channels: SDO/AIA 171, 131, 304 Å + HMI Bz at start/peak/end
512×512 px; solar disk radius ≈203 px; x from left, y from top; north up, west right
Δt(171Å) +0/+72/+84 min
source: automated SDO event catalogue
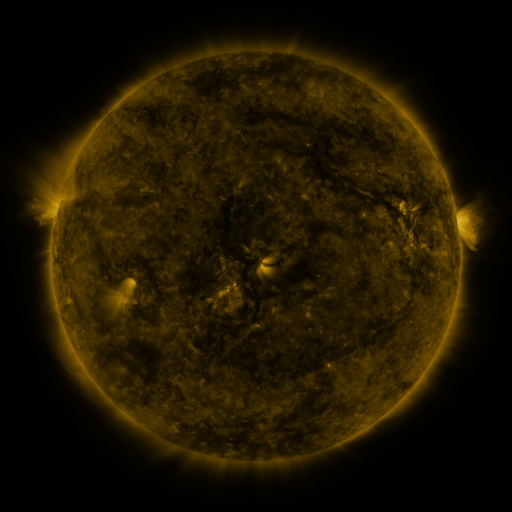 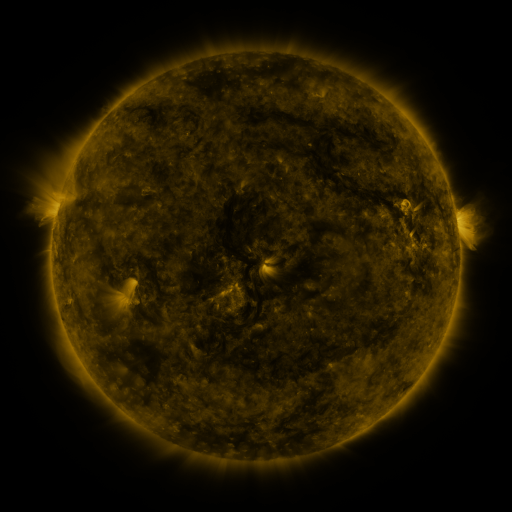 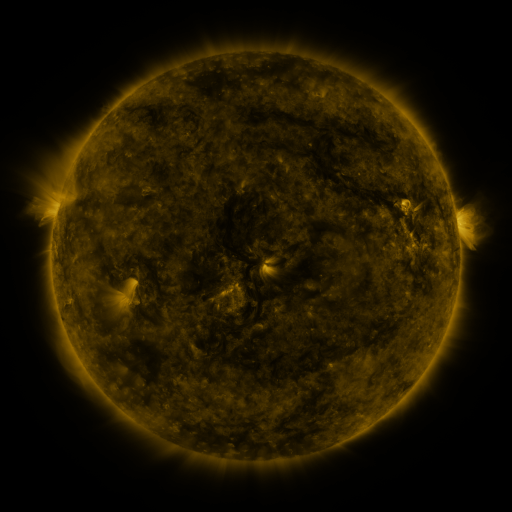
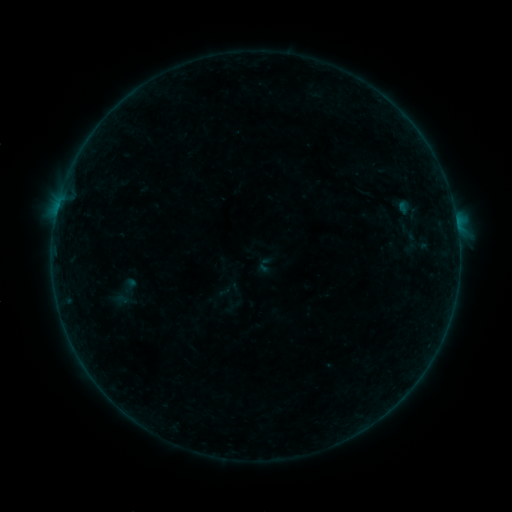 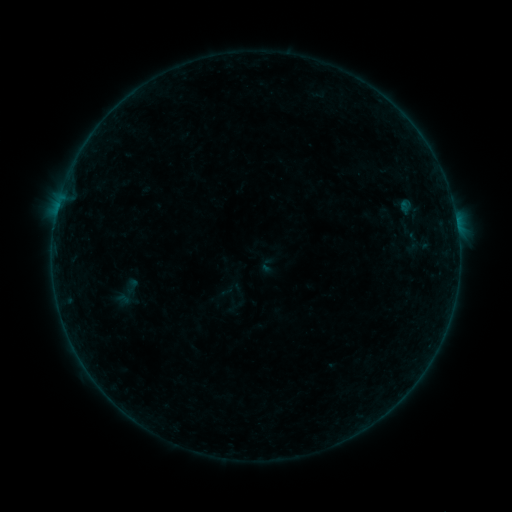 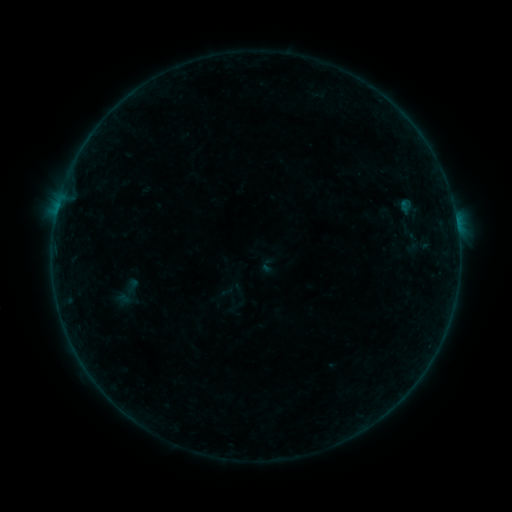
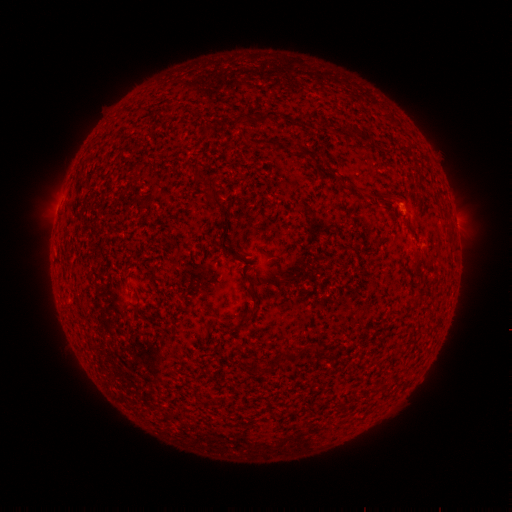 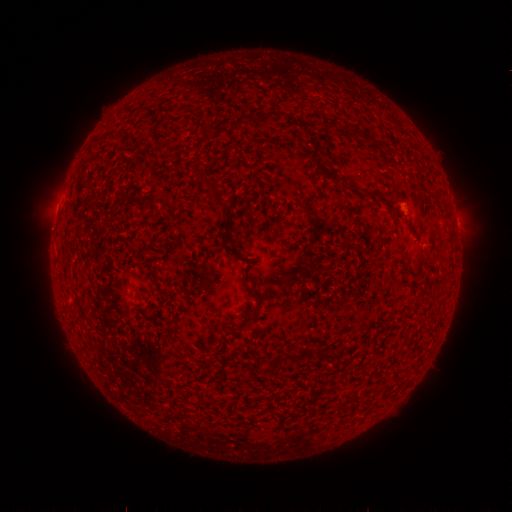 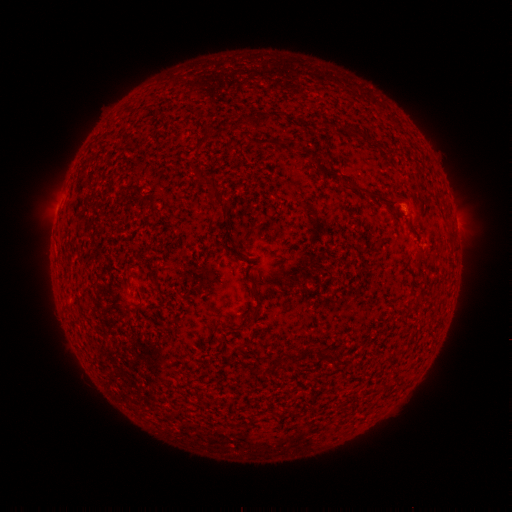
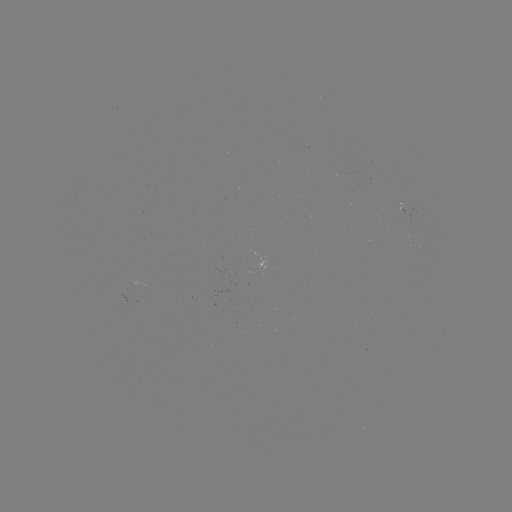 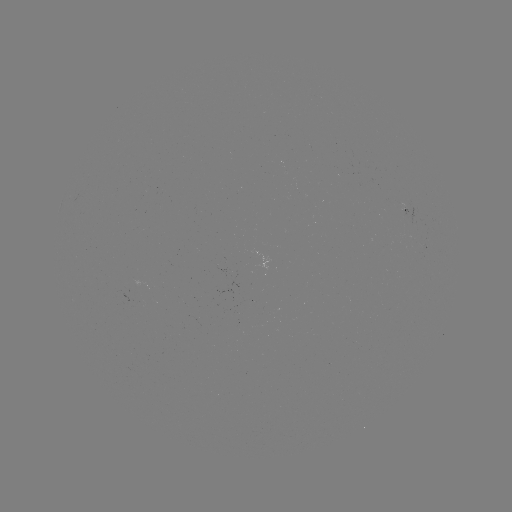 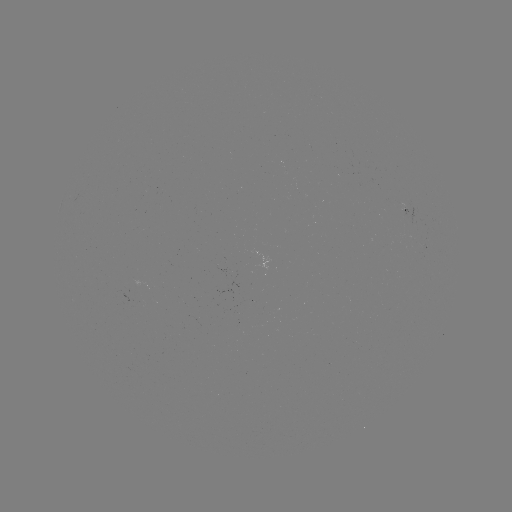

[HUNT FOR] emerging-flux region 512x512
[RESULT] [406, 204]